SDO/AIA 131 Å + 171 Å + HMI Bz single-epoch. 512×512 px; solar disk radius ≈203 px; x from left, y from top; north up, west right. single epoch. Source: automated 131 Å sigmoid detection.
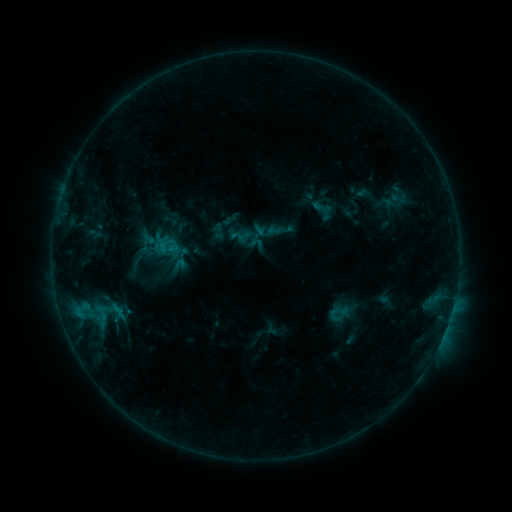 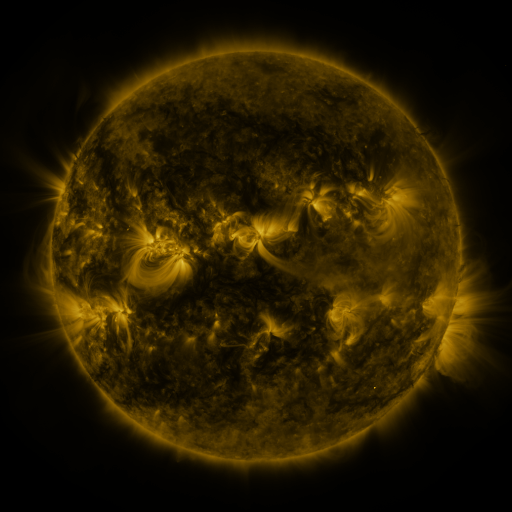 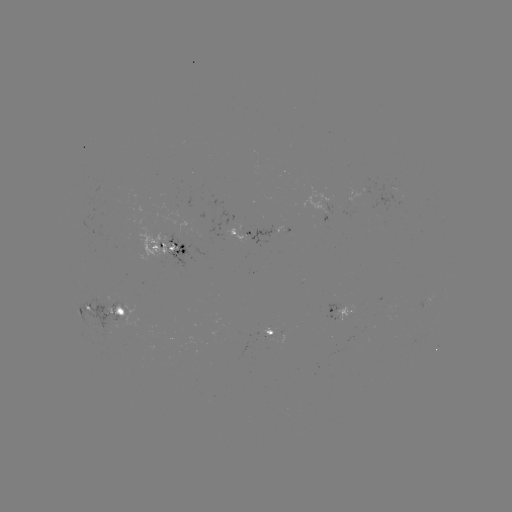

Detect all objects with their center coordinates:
sigmoid: (230, 226, 250, 245)
sigmoid: (171, 256, 188, 274)
